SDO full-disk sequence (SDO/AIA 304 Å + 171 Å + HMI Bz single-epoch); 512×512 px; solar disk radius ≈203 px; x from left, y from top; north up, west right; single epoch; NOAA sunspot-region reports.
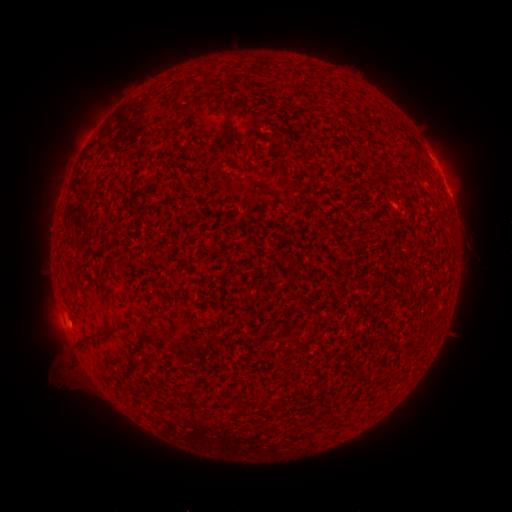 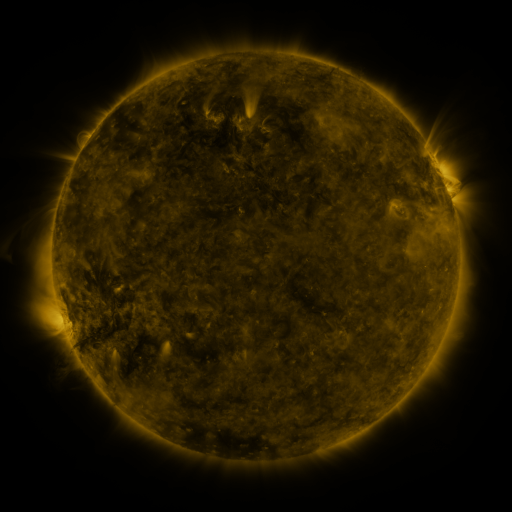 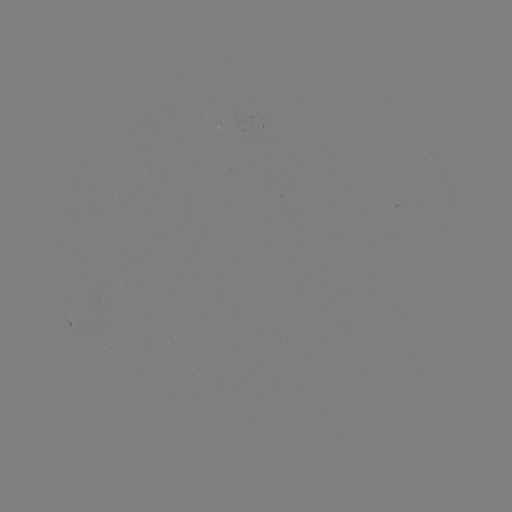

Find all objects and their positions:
(none)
